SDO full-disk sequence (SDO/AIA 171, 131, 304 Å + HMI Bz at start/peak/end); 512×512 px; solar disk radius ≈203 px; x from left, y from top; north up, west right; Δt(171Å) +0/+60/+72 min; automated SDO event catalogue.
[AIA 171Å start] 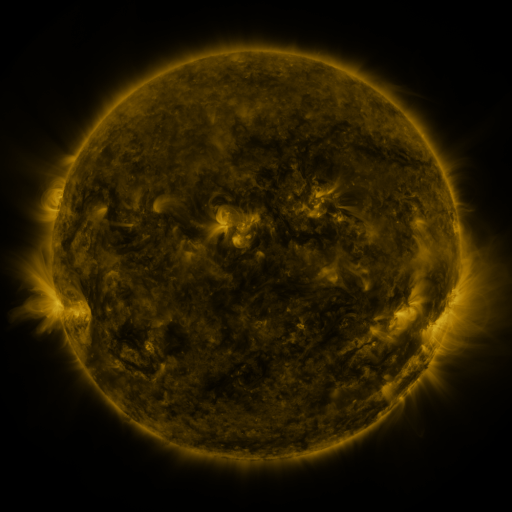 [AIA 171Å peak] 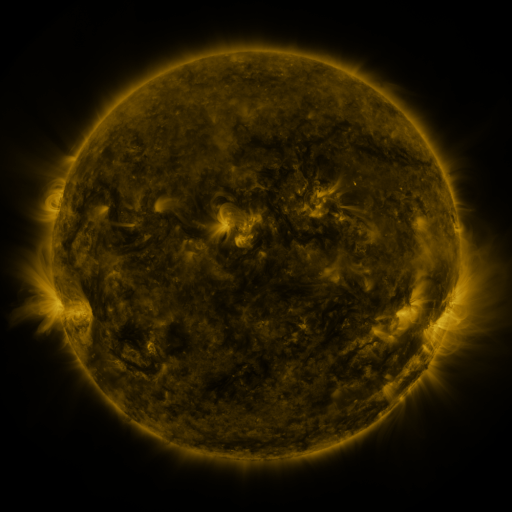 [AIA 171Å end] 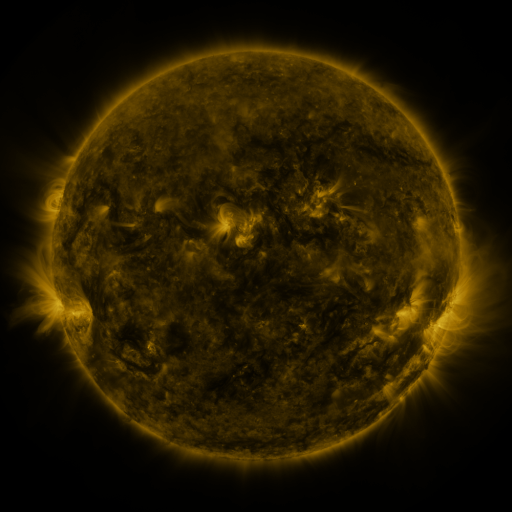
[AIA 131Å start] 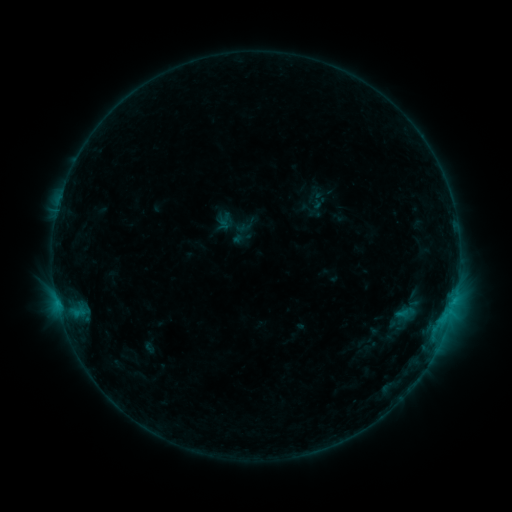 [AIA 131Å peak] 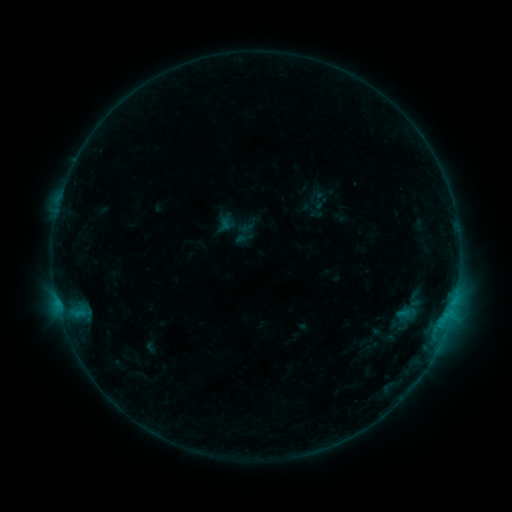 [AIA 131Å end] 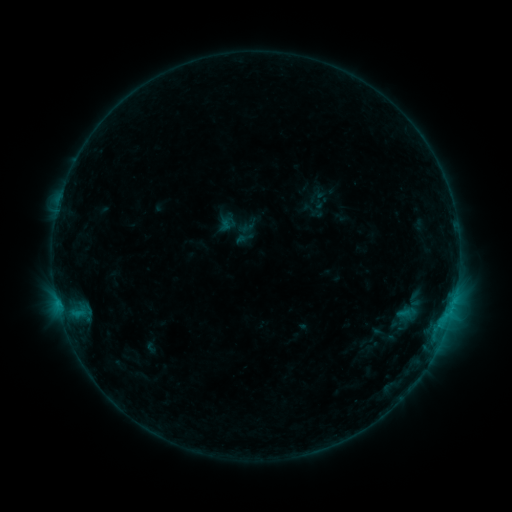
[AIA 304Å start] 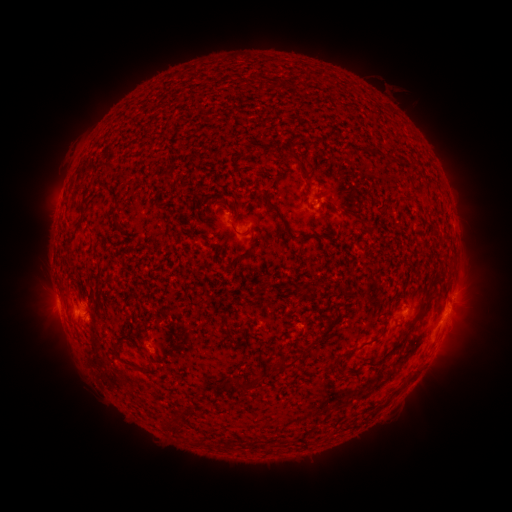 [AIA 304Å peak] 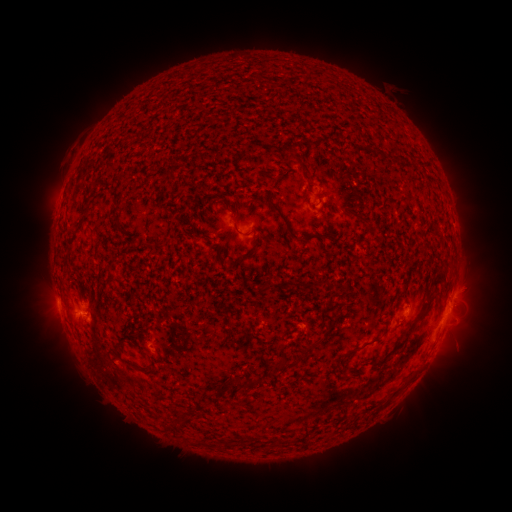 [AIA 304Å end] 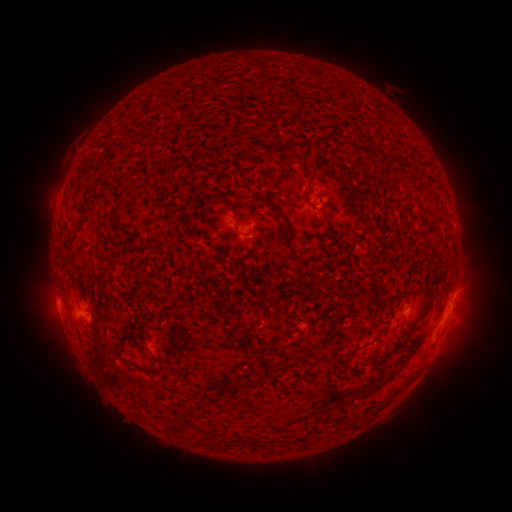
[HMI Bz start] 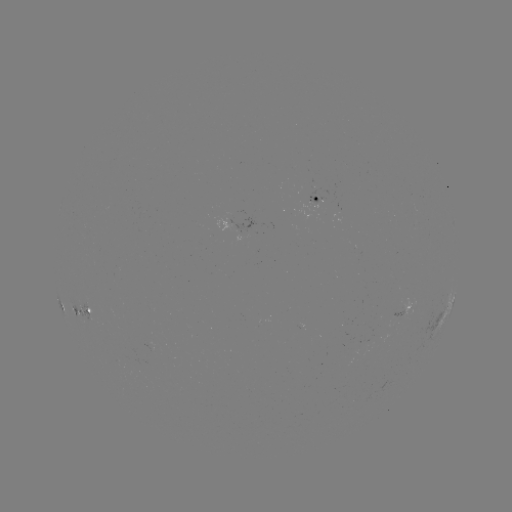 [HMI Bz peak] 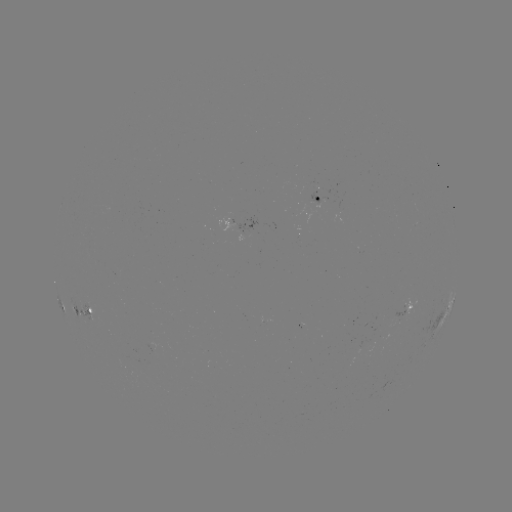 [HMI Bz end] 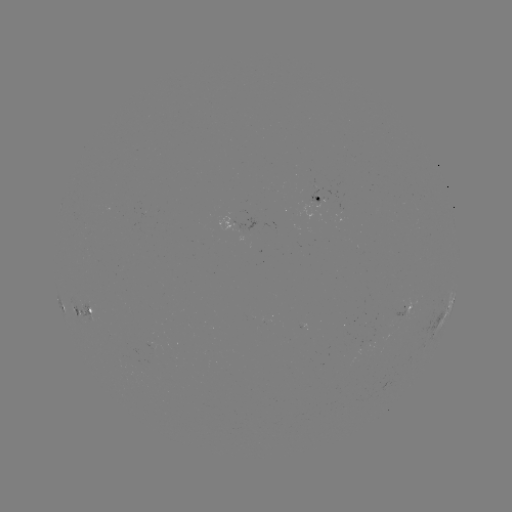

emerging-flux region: (114, 354, 126, 365)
